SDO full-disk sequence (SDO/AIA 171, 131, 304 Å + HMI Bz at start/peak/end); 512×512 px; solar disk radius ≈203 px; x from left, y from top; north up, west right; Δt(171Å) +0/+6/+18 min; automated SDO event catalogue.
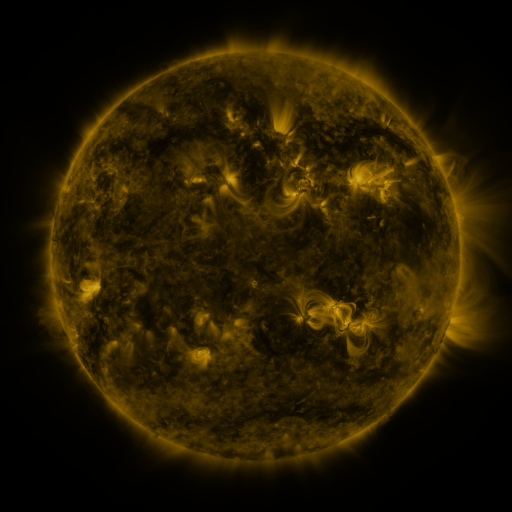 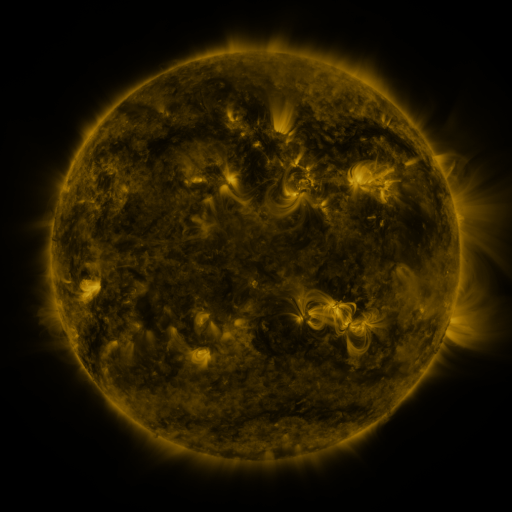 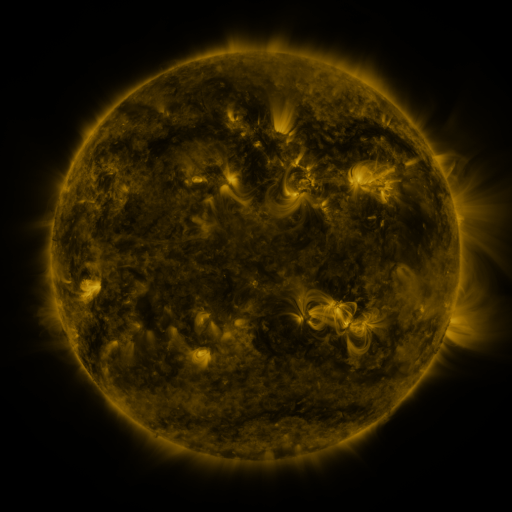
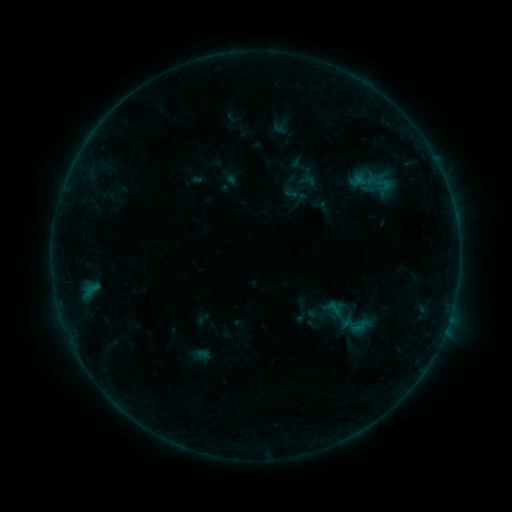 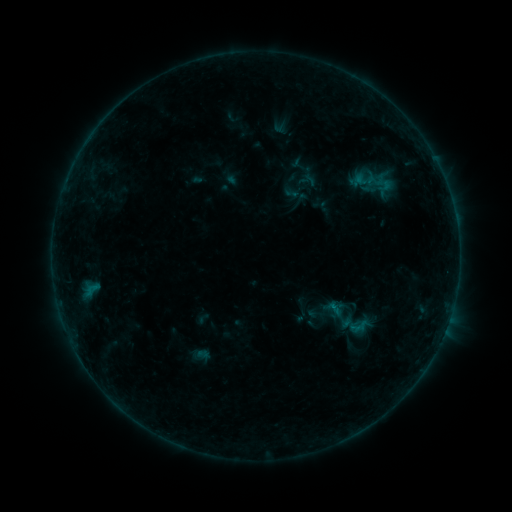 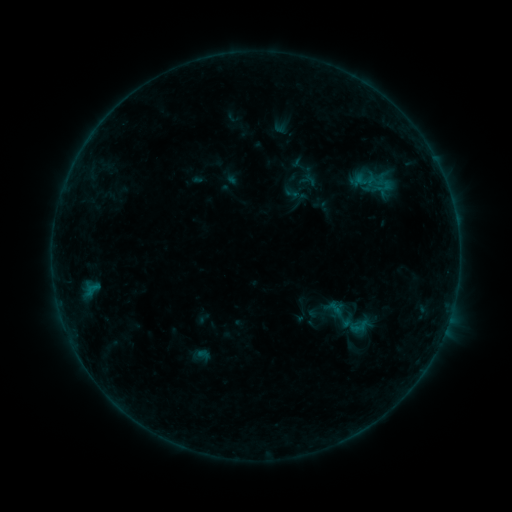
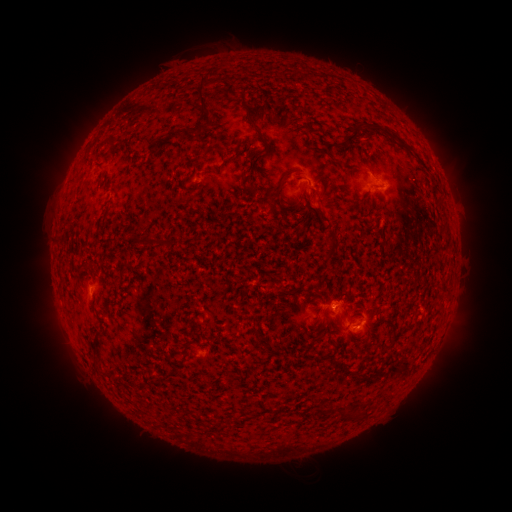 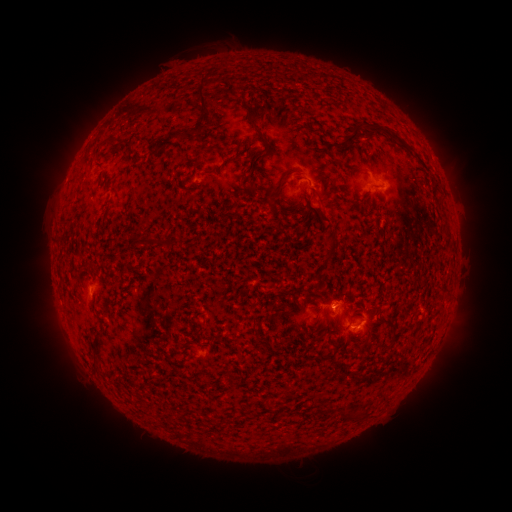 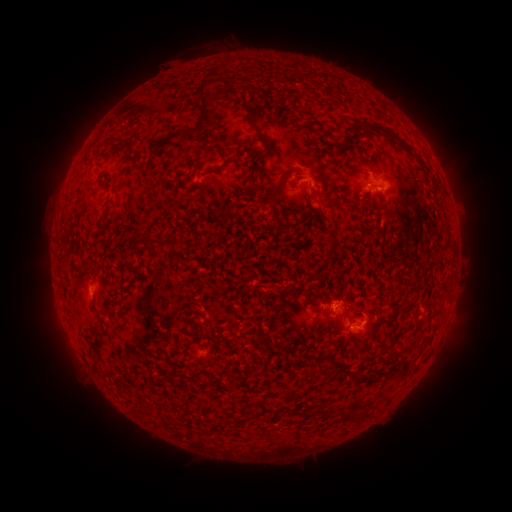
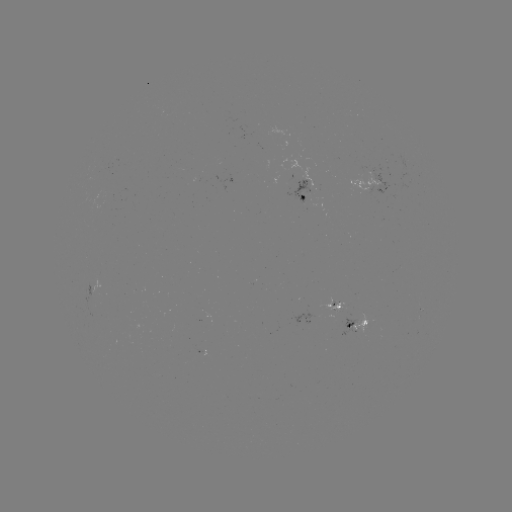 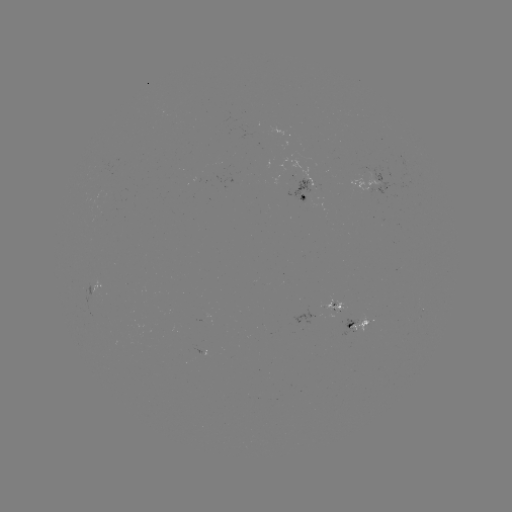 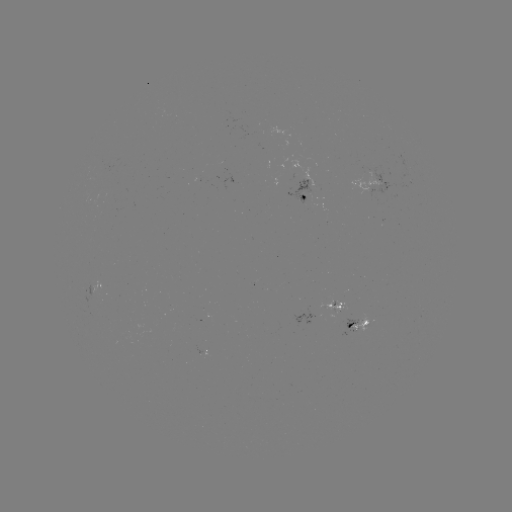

no flare in any classed list; no EUV-trigger detection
